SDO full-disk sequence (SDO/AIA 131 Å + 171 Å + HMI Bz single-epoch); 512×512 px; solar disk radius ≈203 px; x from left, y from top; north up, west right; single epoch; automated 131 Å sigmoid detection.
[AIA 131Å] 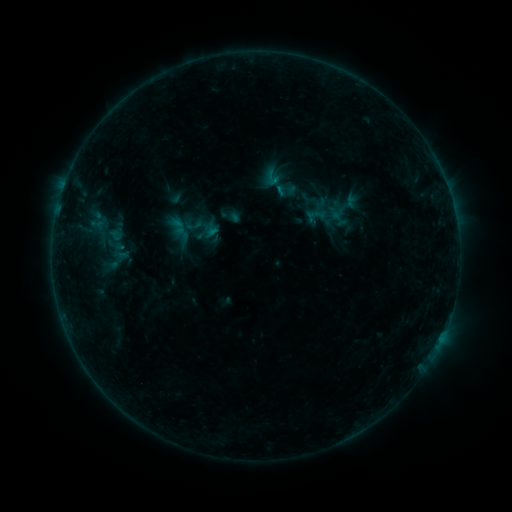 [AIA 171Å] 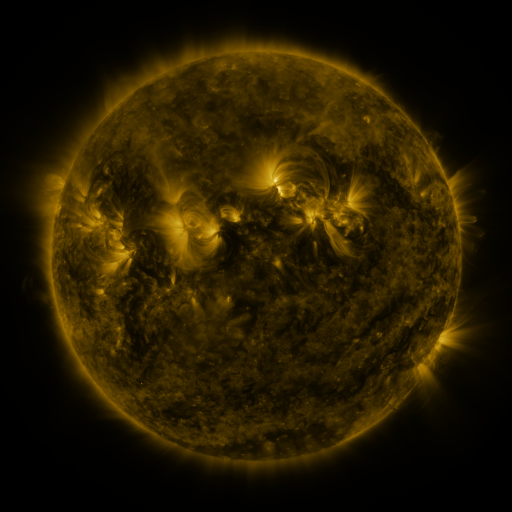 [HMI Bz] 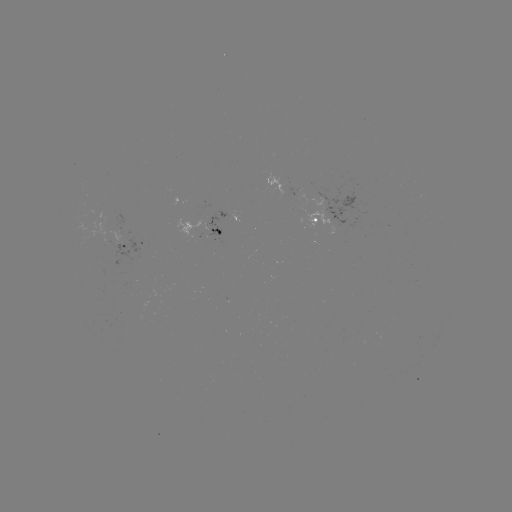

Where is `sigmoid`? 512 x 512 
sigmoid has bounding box [262, 168, 283, 187].